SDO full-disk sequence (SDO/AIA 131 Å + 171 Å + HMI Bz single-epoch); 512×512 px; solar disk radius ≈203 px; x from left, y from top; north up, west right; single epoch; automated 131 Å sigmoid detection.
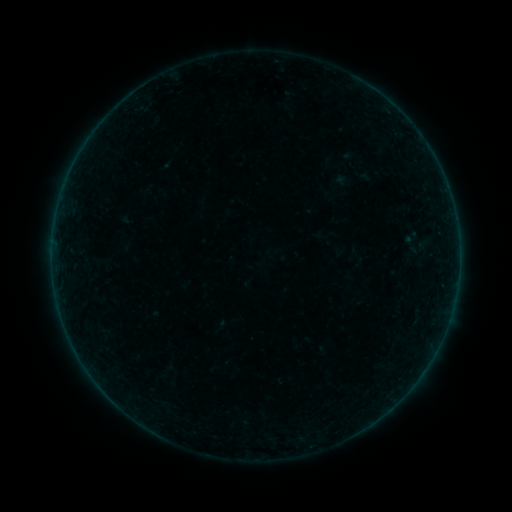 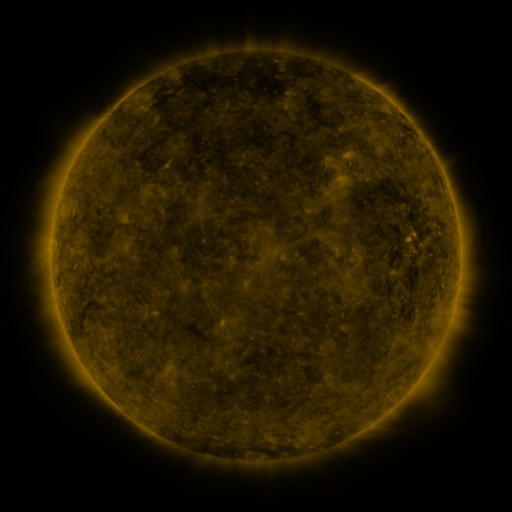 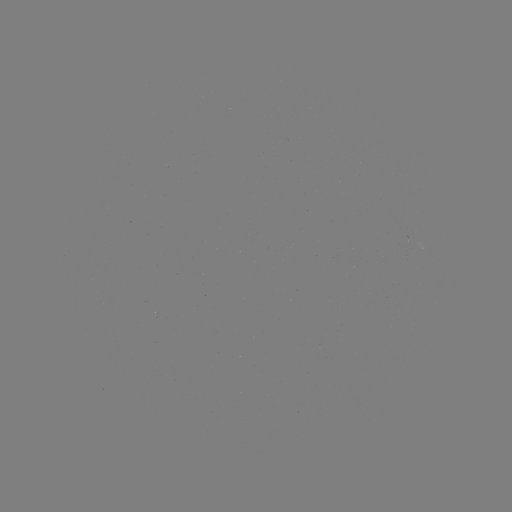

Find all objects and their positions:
sigmoid: <bbox>401, 229, 422, 246</bbox>
